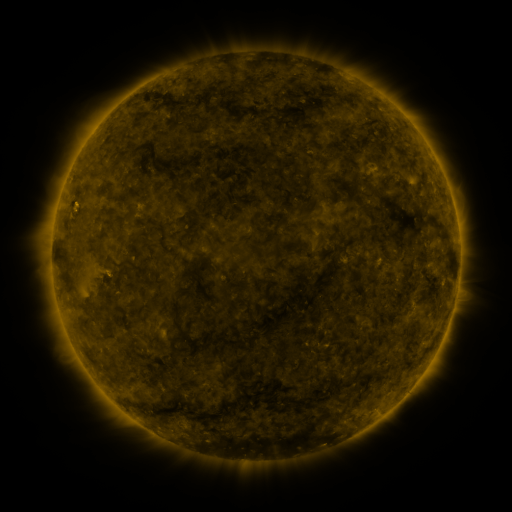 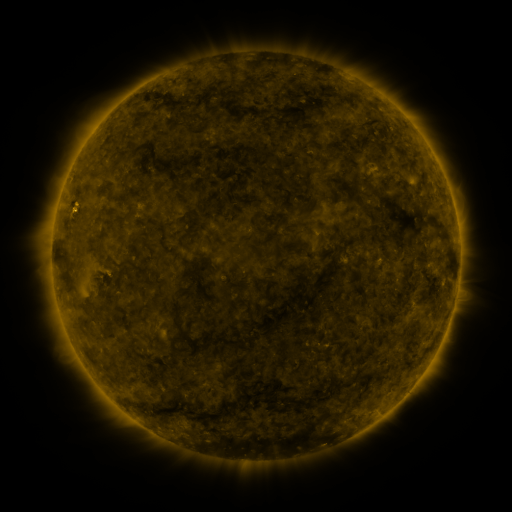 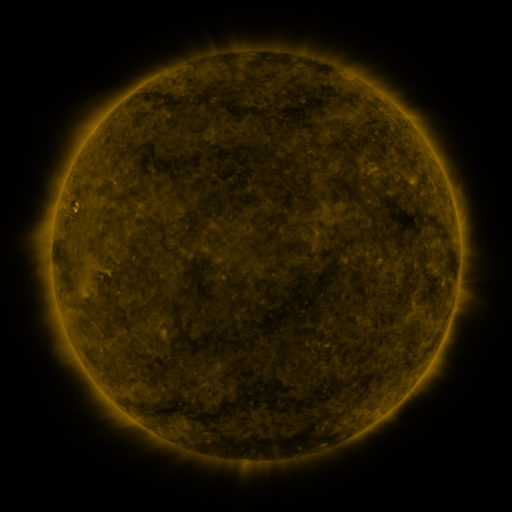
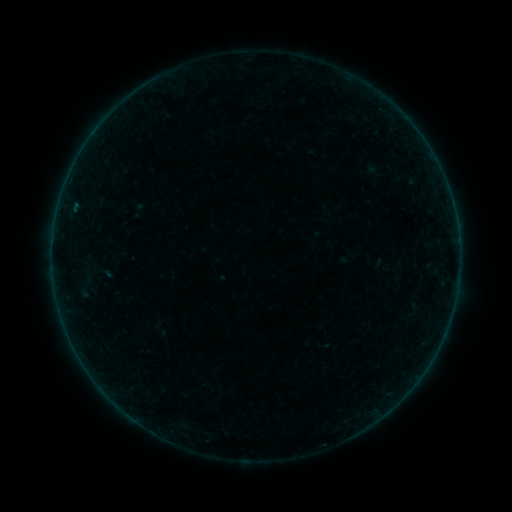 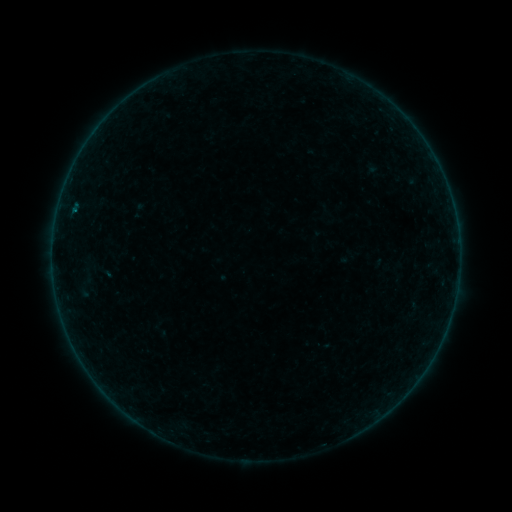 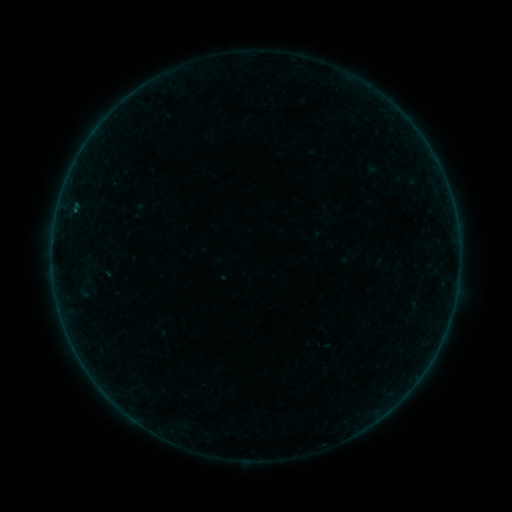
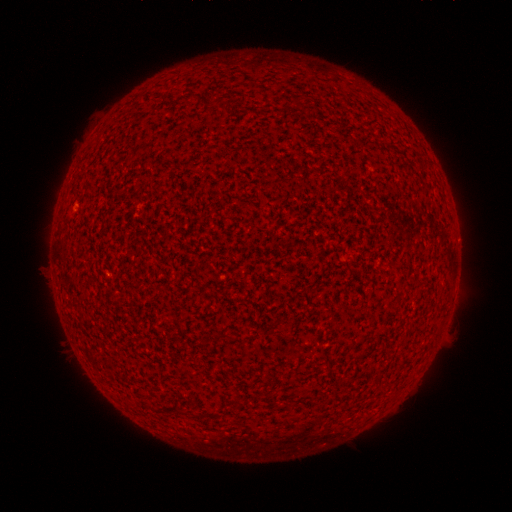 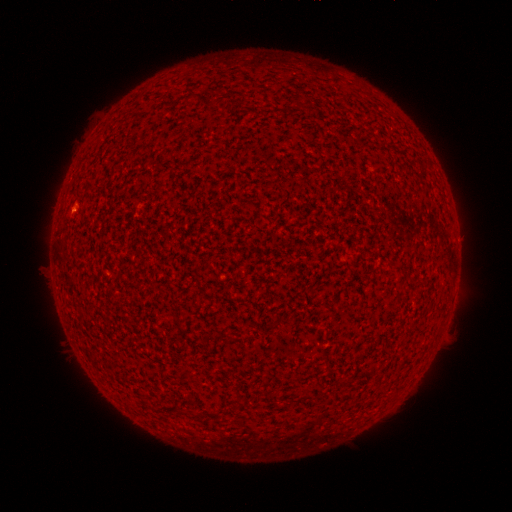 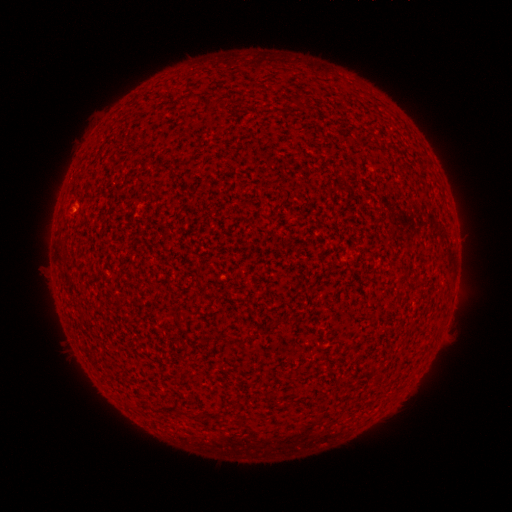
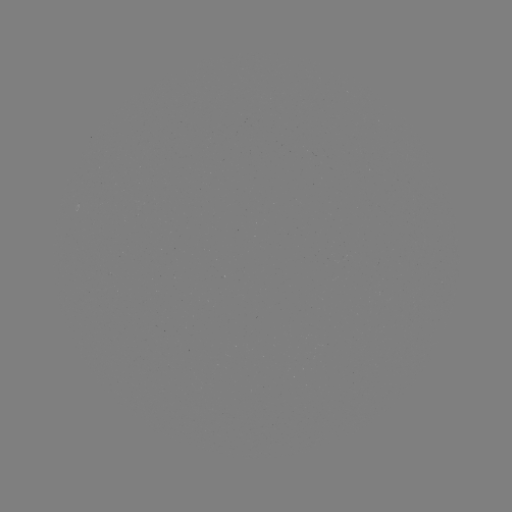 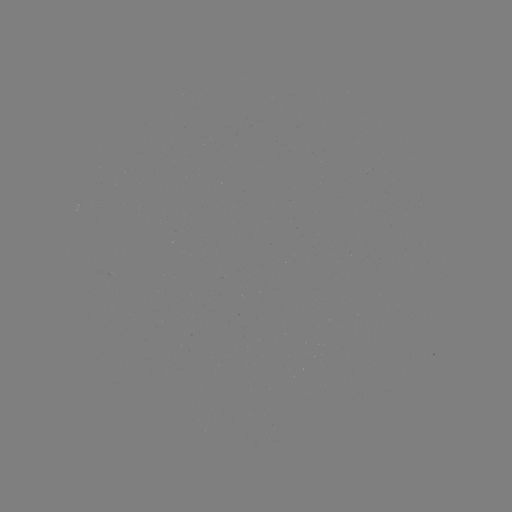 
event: flare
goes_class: A9.5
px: (75, 211)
